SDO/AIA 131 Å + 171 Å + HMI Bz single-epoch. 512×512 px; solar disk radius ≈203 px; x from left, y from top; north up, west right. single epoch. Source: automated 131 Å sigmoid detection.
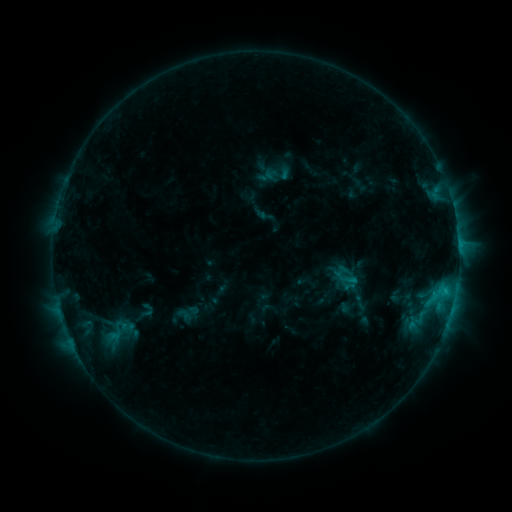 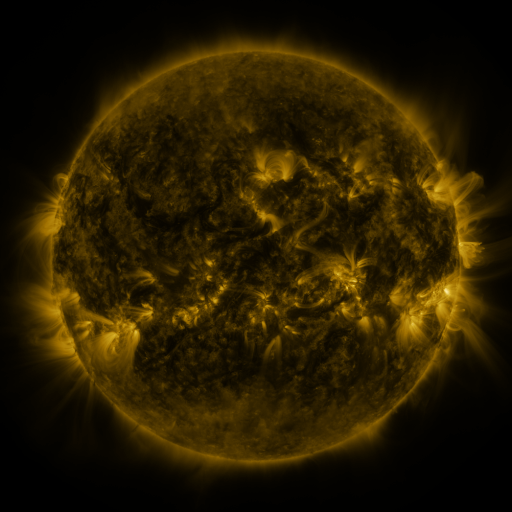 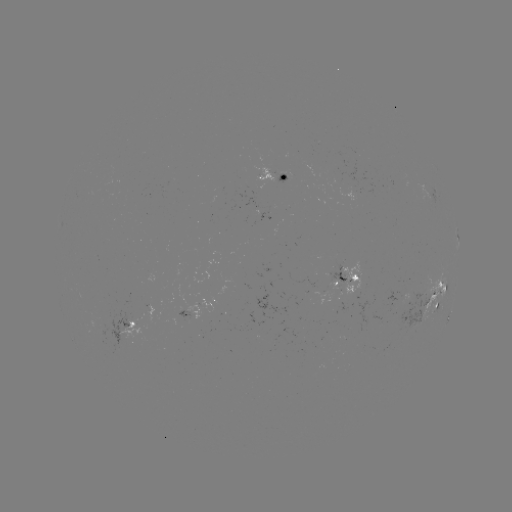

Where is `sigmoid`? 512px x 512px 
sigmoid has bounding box [101, 320, 139, 344].